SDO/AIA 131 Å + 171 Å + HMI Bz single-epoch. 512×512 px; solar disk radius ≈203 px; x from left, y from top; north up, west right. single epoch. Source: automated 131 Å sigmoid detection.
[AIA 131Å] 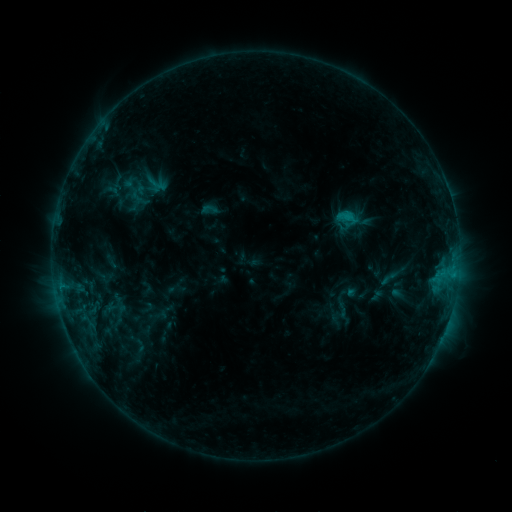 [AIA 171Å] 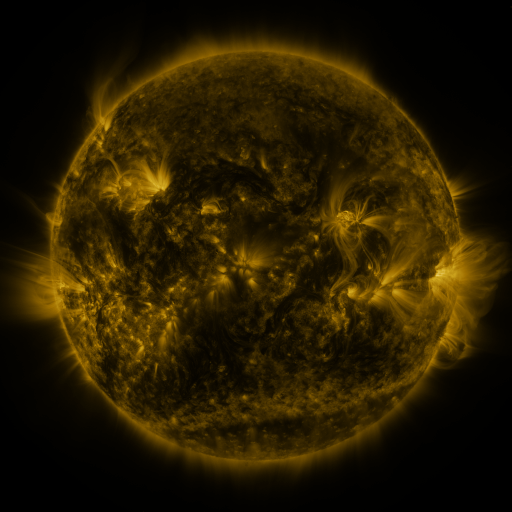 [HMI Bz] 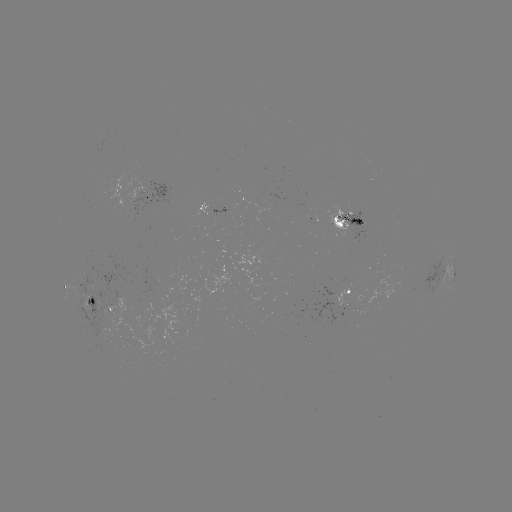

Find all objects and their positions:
sigmoid: (201, 201, 218, 218)
sigmoid: (379, 267, 399, 289)
